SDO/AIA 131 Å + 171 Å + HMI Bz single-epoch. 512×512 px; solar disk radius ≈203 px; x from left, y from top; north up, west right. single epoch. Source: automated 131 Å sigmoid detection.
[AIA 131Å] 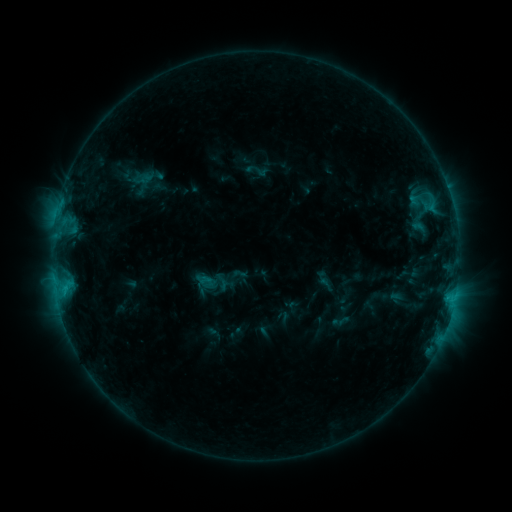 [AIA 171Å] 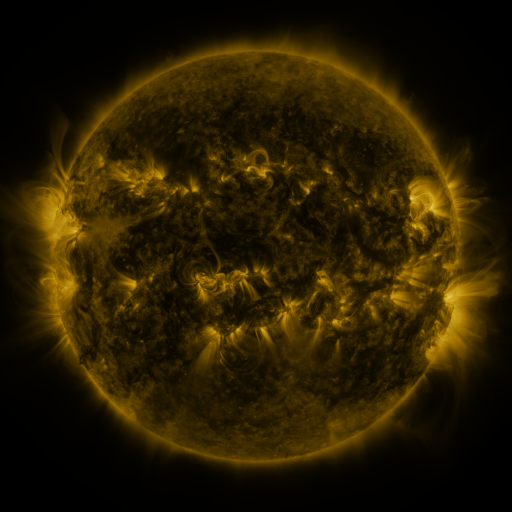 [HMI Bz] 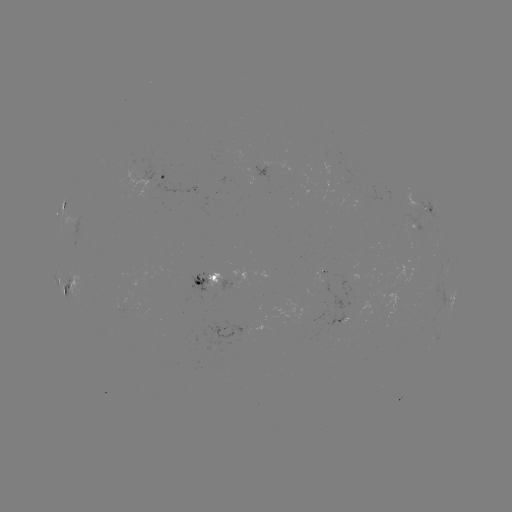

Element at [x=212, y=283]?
sigmoid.